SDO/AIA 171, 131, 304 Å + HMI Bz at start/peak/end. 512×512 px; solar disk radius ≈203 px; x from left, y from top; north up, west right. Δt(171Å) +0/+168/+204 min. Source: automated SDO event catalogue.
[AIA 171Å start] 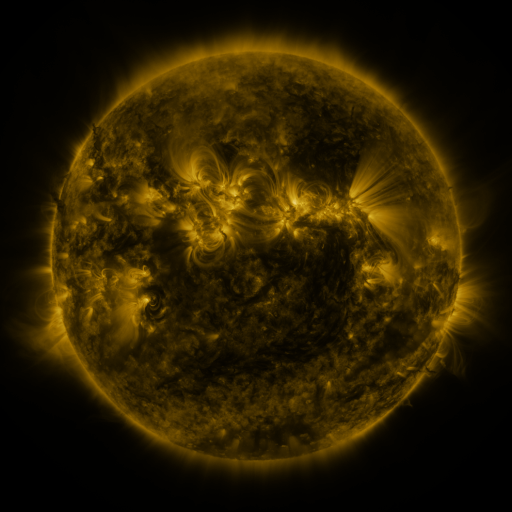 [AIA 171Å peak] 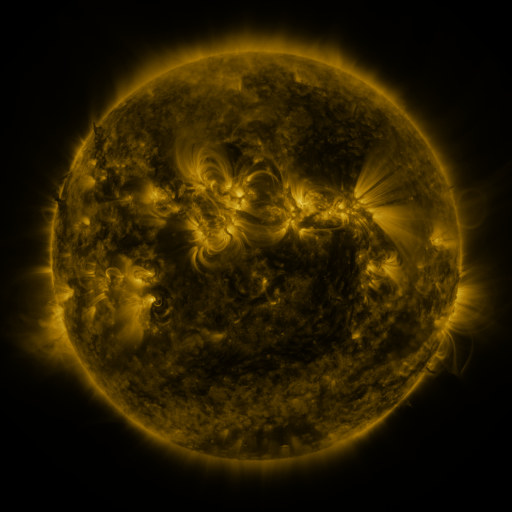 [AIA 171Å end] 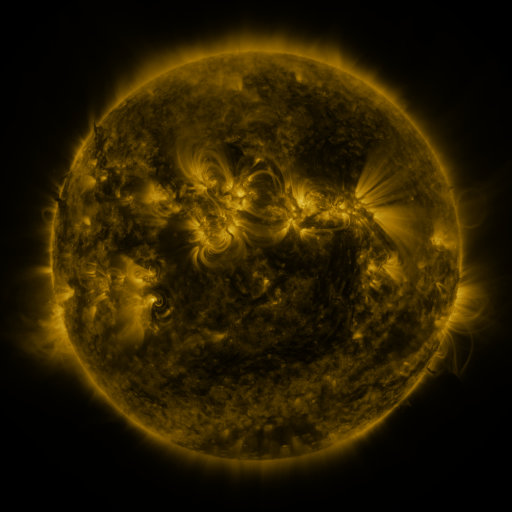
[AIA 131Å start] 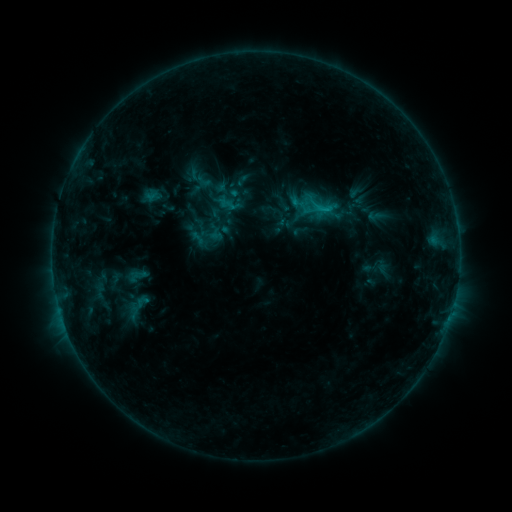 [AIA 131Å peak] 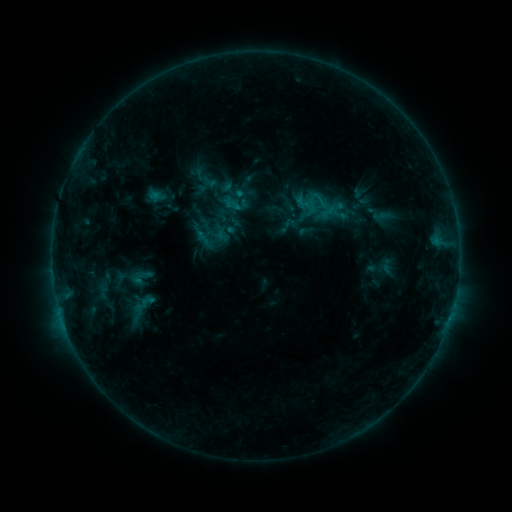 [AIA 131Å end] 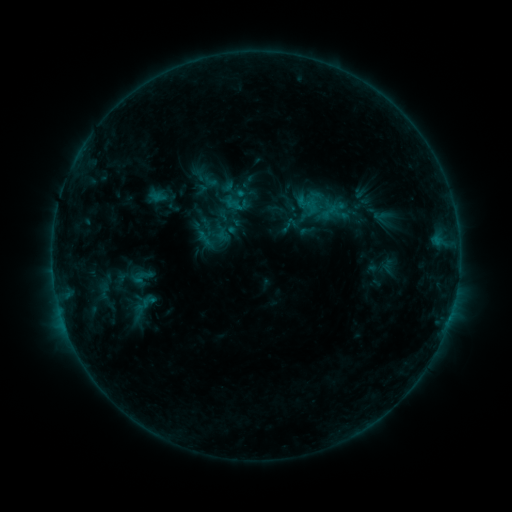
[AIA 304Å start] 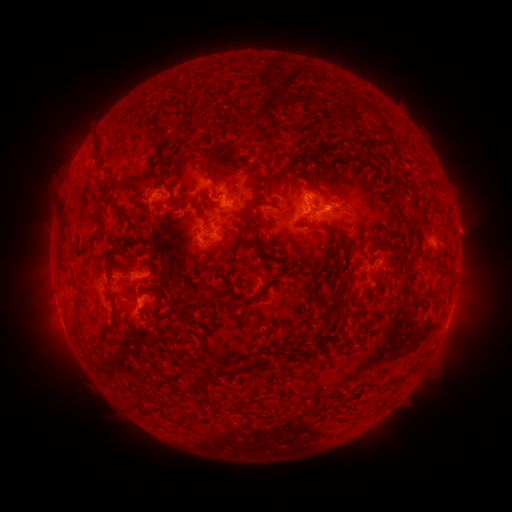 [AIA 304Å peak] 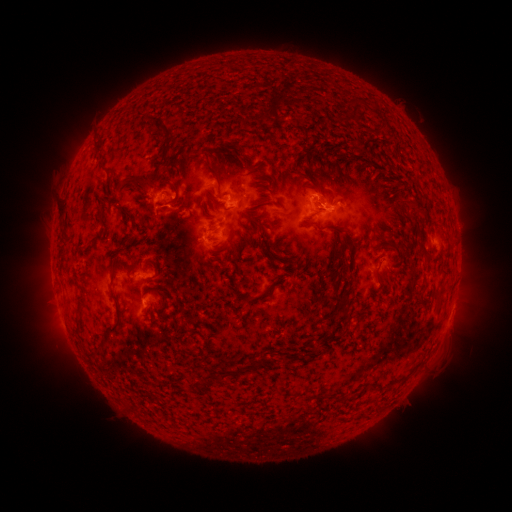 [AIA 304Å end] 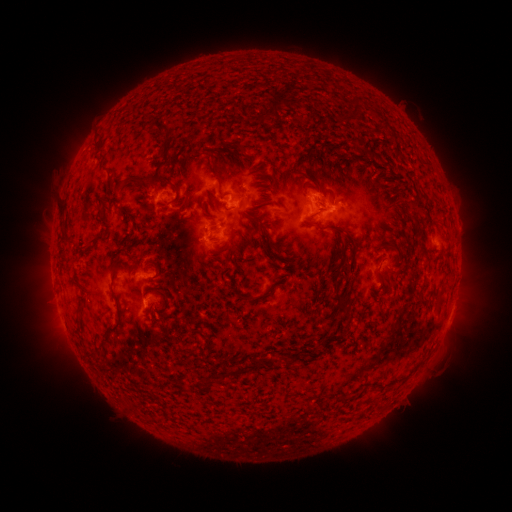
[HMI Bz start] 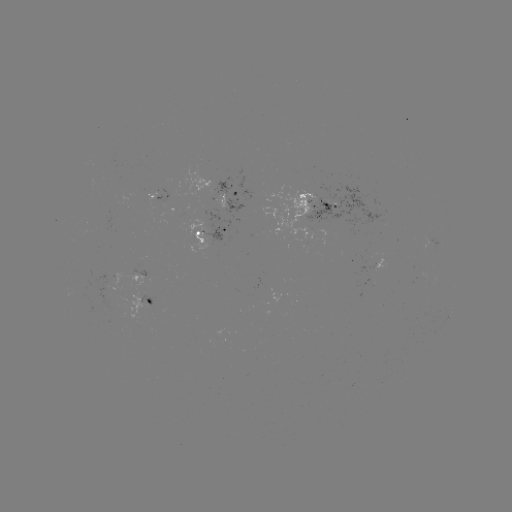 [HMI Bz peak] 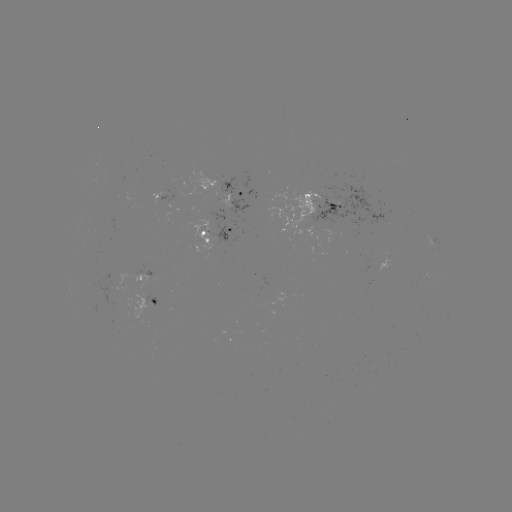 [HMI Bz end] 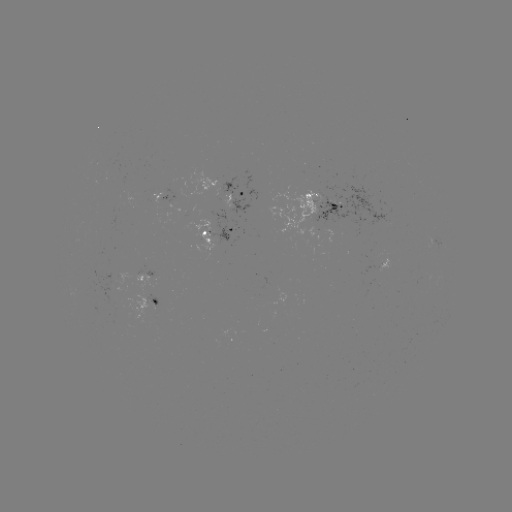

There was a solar emerging-flux region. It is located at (329, 214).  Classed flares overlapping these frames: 1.